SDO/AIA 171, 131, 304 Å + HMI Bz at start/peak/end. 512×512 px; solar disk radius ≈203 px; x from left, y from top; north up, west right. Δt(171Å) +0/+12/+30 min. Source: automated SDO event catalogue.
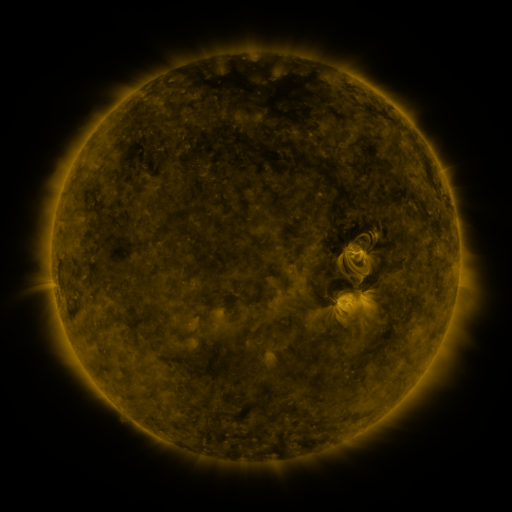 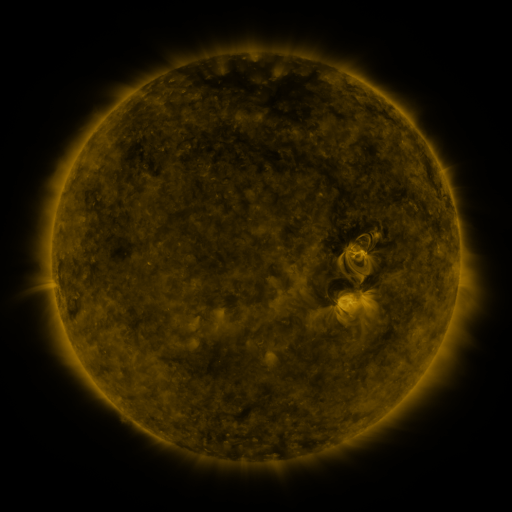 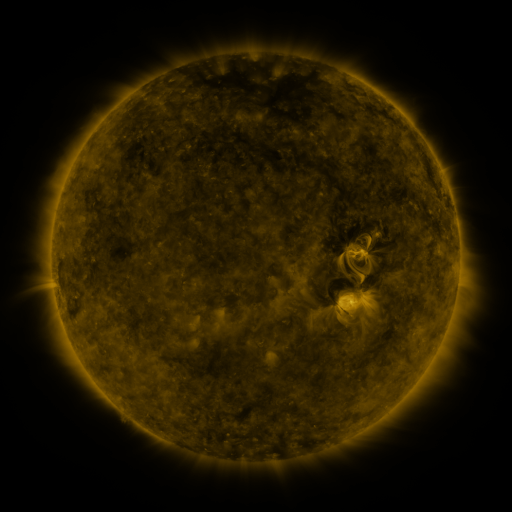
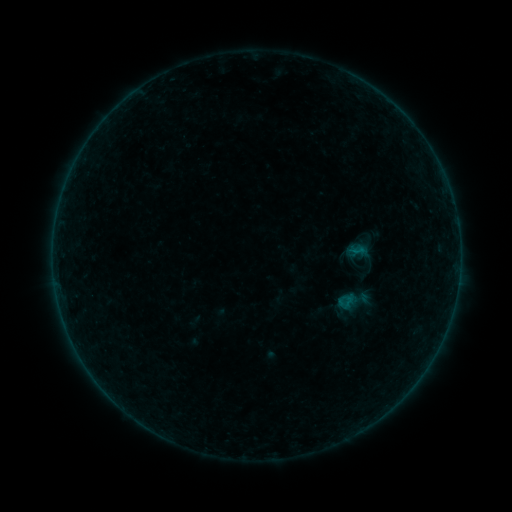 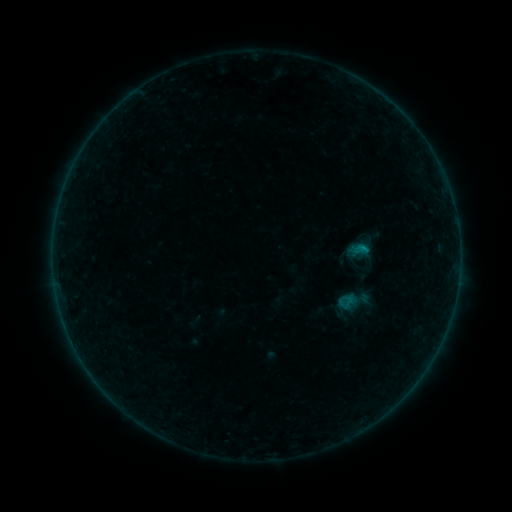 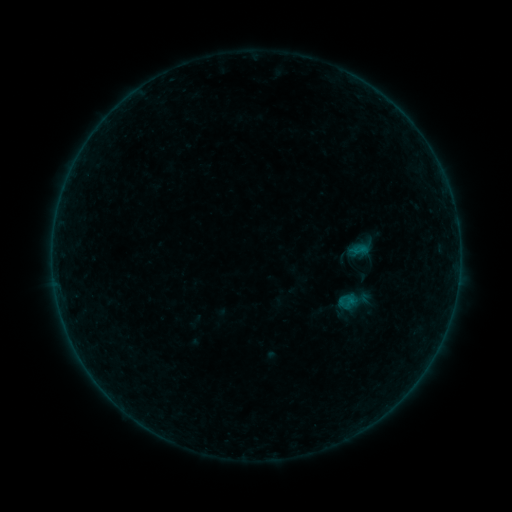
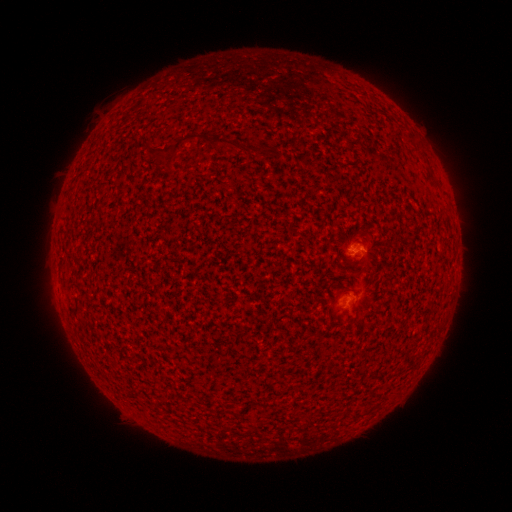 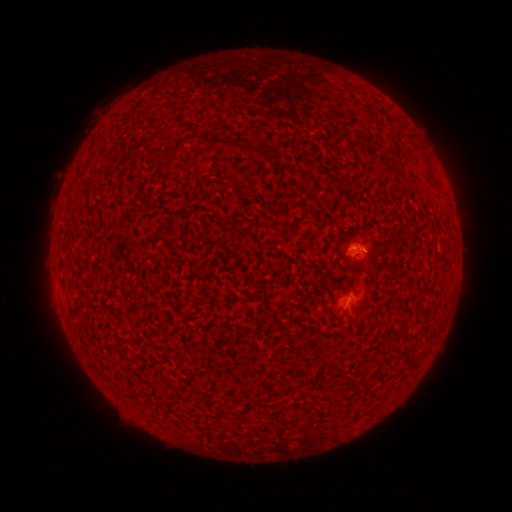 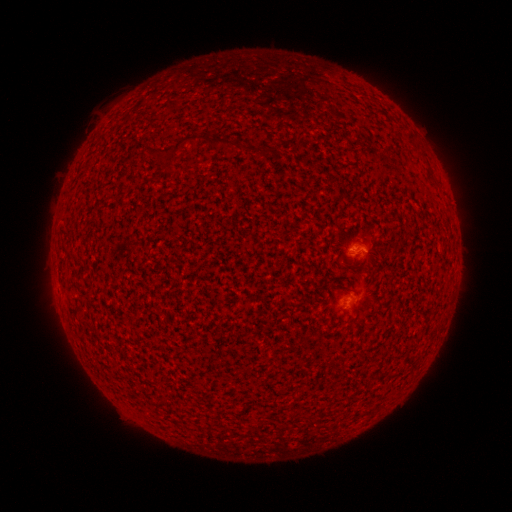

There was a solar flare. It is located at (363, 248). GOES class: B2.6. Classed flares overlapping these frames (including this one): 1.